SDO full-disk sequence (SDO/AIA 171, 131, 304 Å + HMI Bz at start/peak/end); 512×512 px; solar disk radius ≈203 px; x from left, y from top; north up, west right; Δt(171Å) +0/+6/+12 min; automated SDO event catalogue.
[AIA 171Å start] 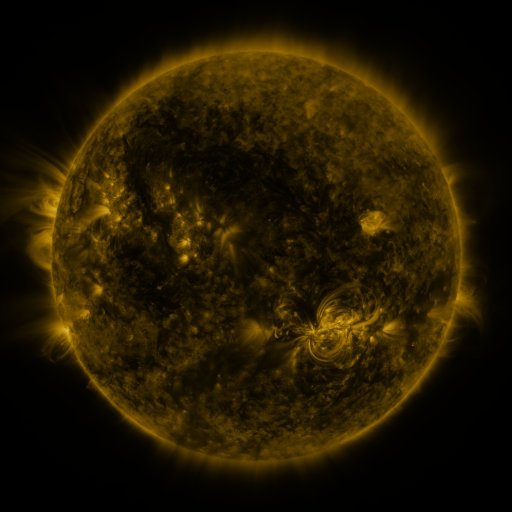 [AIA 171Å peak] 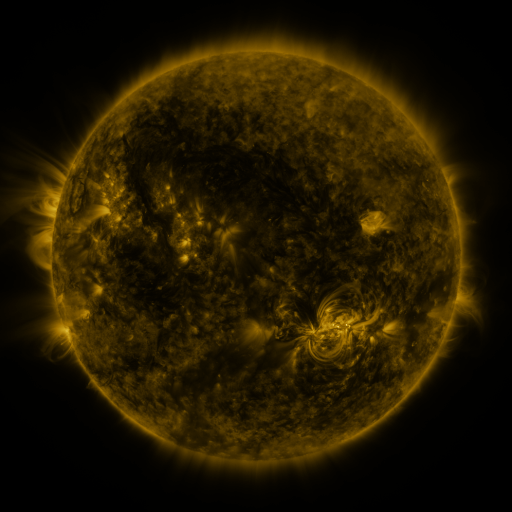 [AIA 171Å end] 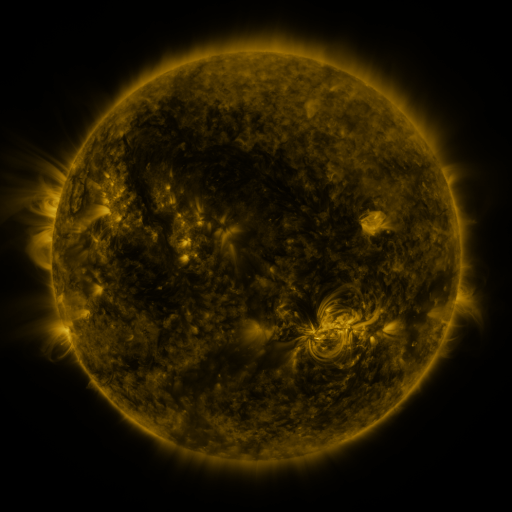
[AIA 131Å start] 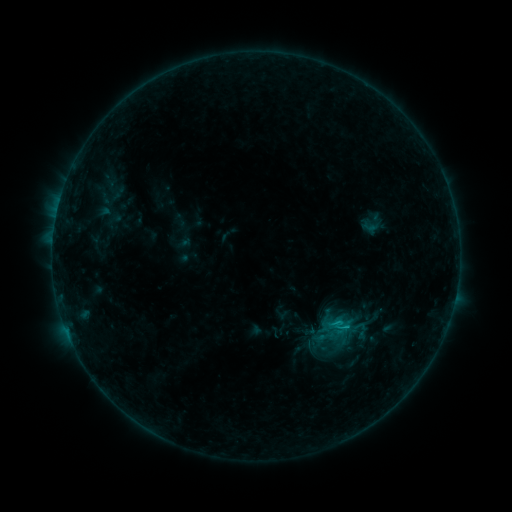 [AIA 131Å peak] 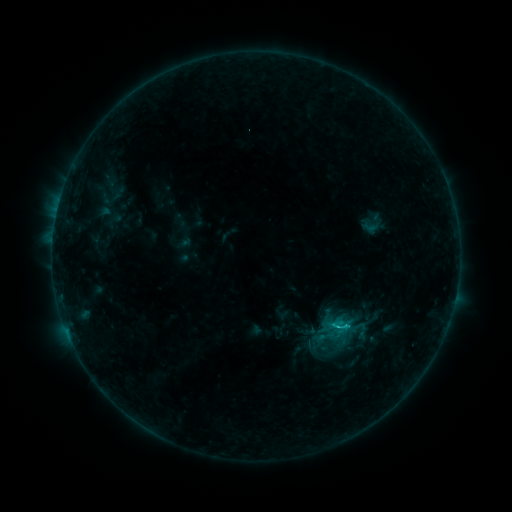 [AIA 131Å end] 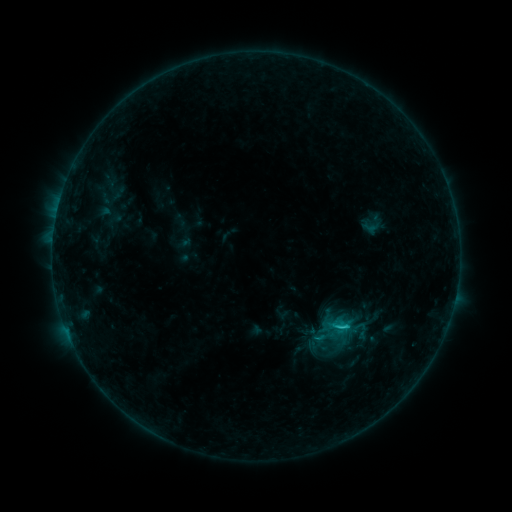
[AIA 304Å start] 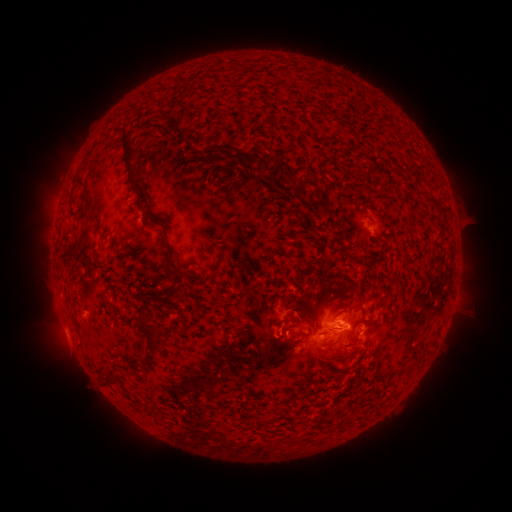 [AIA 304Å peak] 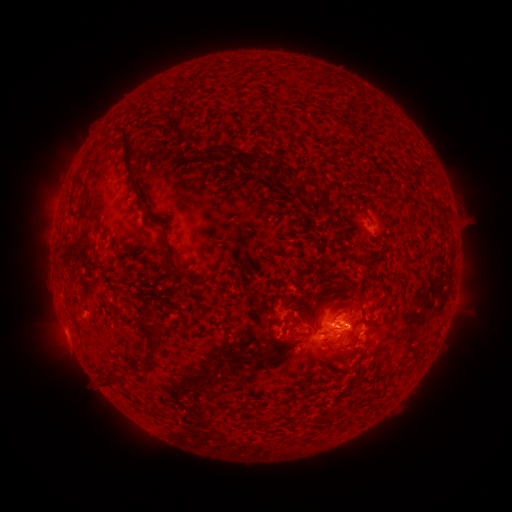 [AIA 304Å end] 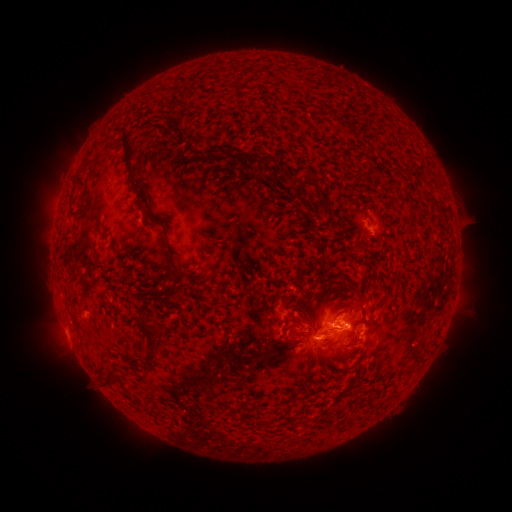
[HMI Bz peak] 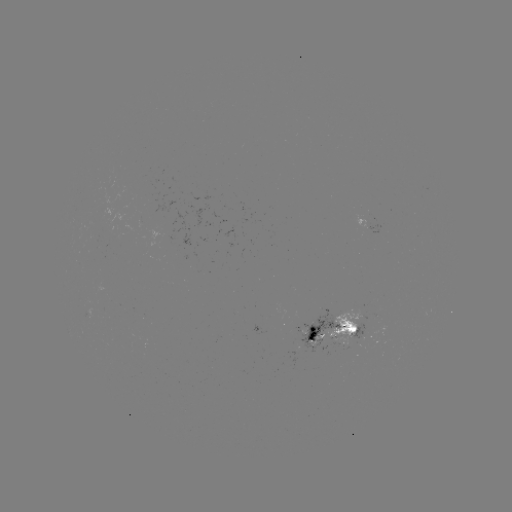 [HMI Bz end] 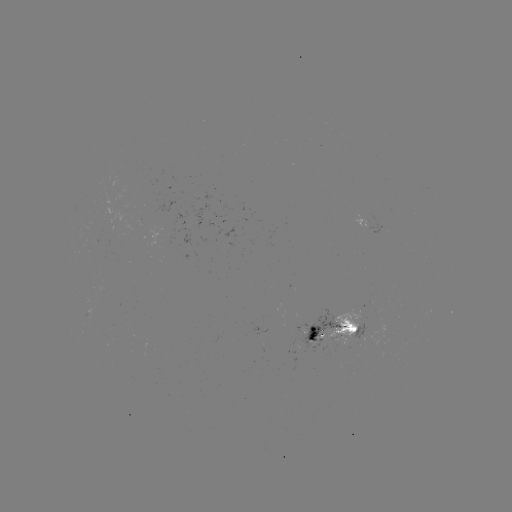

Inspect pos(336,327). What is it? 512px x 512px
C1.3 flare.